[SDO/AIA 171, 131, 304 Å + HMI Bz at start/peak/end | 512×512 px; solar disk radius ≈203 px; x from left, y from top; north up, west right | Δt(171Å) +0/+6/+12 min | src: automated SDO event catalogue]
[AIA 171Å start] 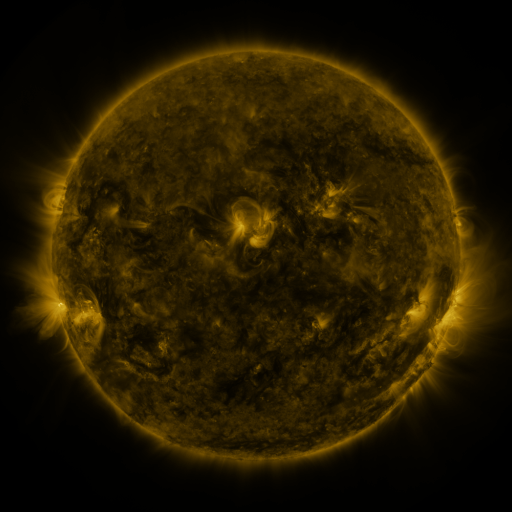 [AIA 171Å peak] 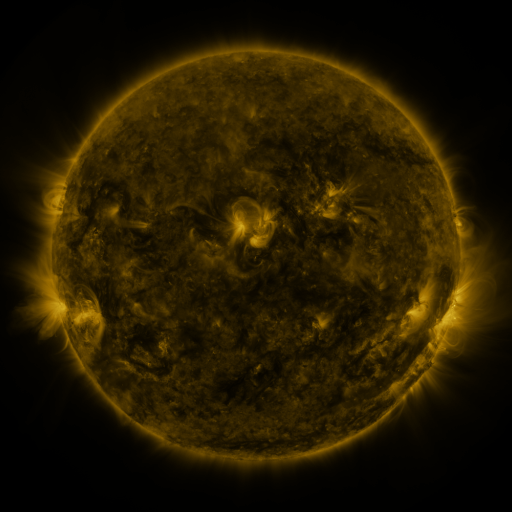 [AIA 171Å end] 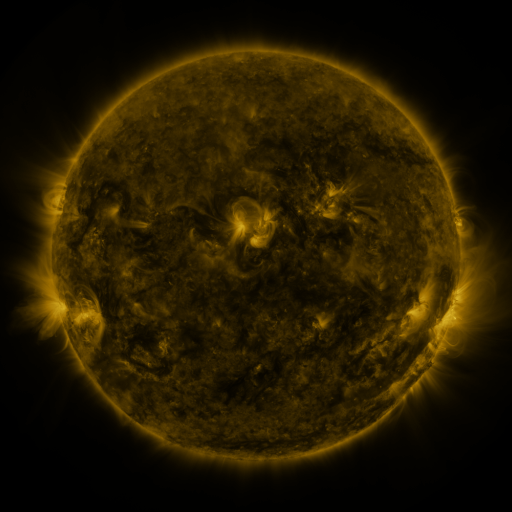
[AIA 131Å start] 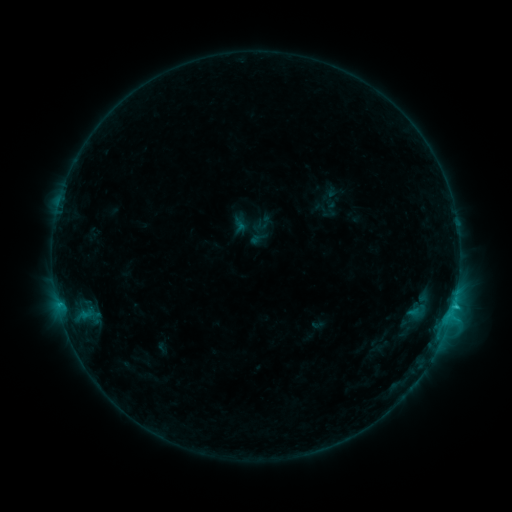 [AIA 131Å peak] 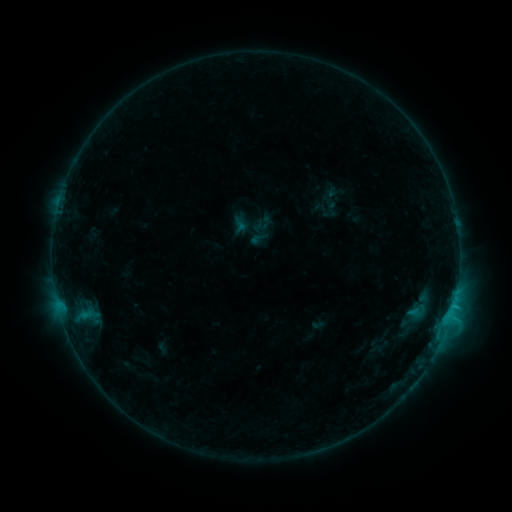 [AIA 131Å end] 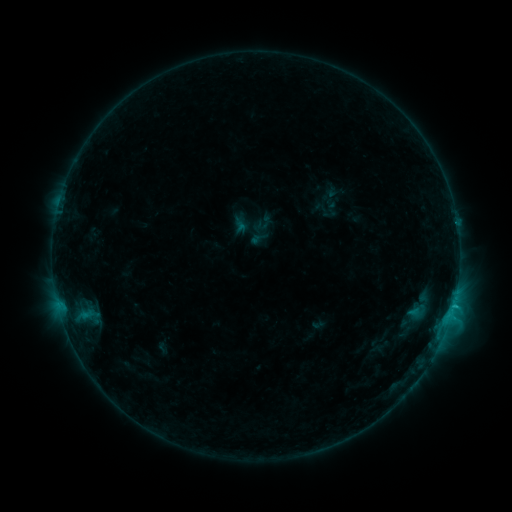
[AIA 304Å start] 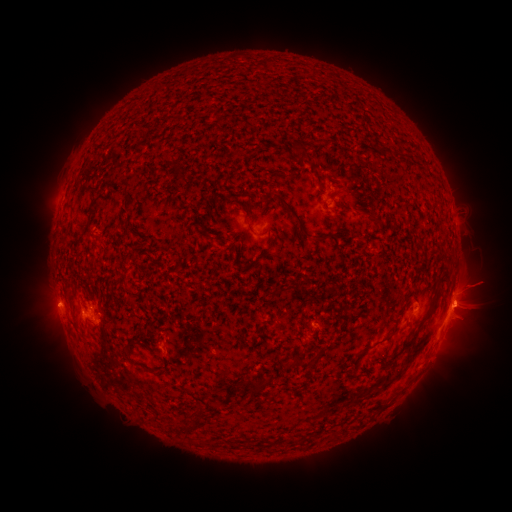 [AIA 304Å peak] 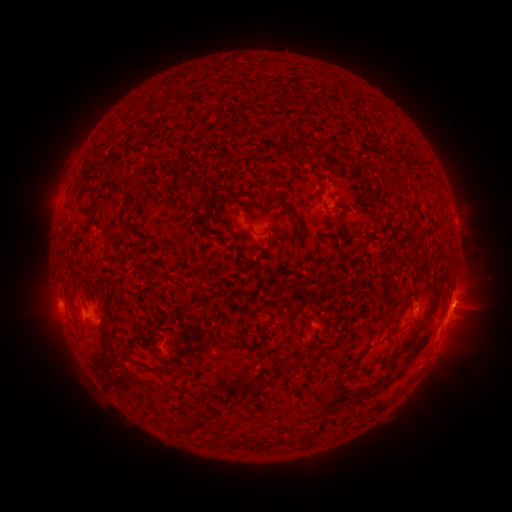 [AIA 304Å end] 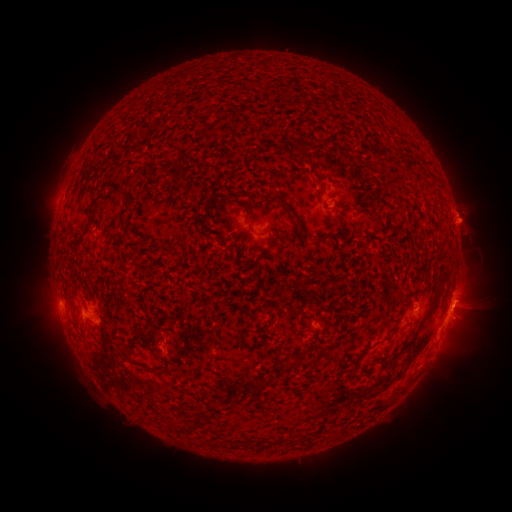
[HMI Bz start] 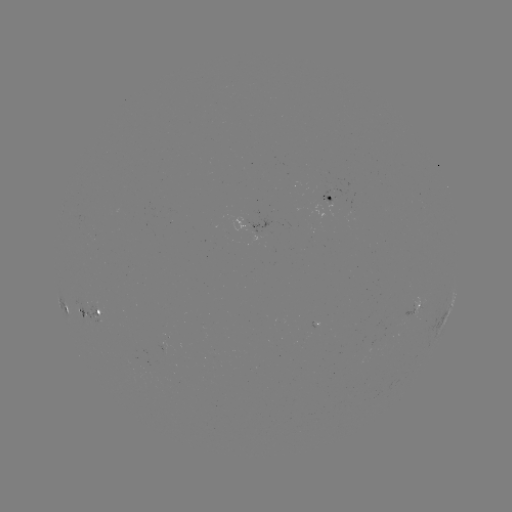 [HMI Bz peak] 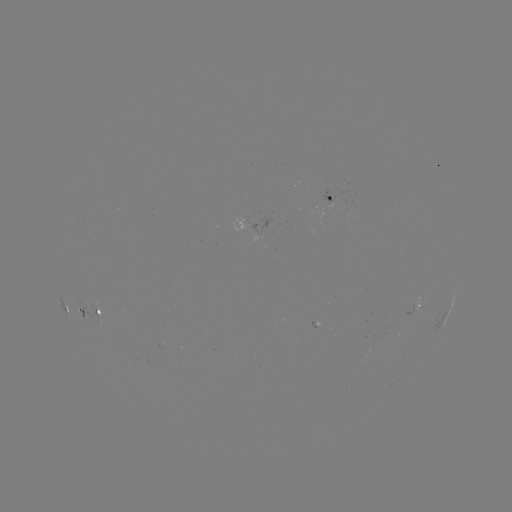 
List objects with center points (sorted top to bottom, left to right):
eruption: (473, 294)
